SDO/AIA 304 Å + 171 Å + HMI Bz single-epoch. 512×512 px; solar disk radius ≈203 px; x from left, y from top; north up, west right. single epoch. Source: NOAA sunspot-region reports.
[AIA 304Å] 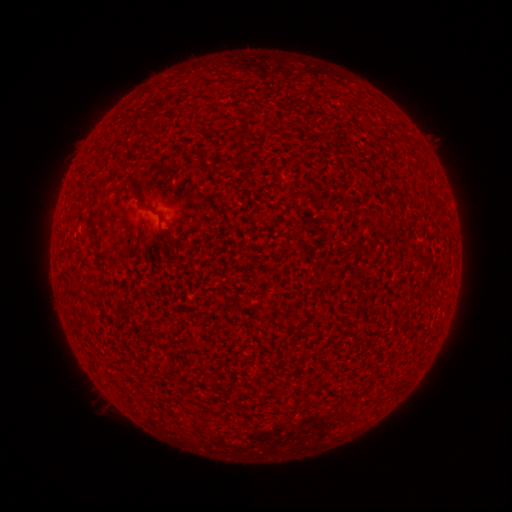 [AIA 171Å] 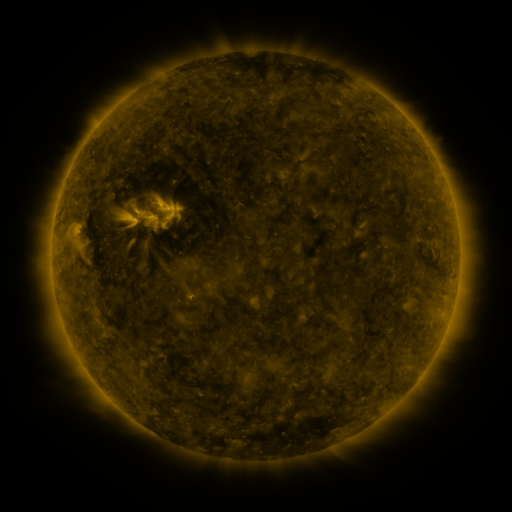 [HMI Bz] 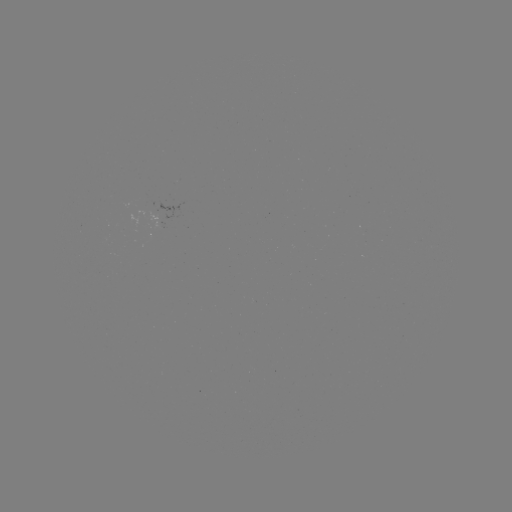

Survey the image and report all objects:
(none)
